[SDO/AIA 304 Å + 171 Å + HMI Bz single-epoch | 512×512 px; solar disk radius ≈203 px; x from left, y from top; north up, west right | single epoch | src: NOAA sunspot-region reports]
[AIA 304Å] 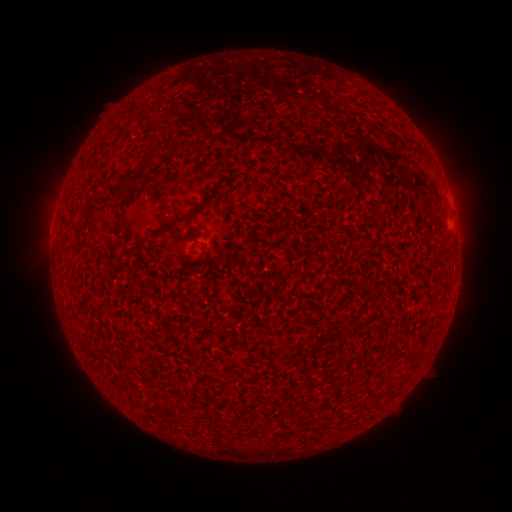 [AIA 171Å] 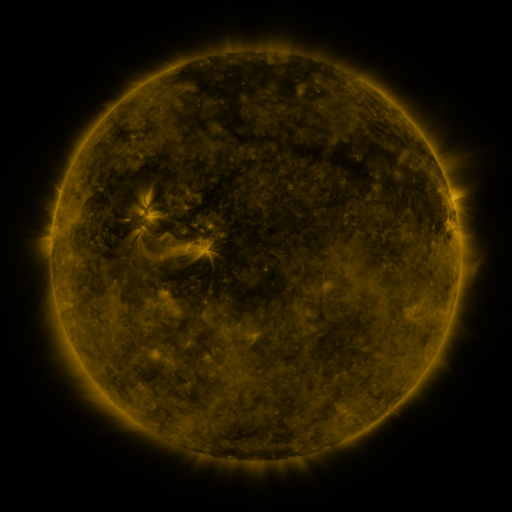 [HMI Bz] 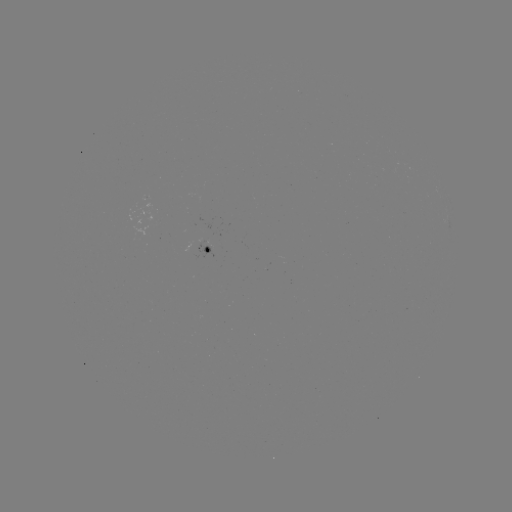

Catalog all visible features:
spotted active region: (210, 252)
